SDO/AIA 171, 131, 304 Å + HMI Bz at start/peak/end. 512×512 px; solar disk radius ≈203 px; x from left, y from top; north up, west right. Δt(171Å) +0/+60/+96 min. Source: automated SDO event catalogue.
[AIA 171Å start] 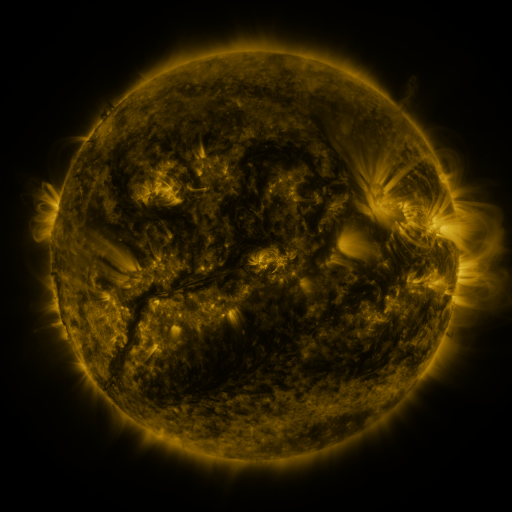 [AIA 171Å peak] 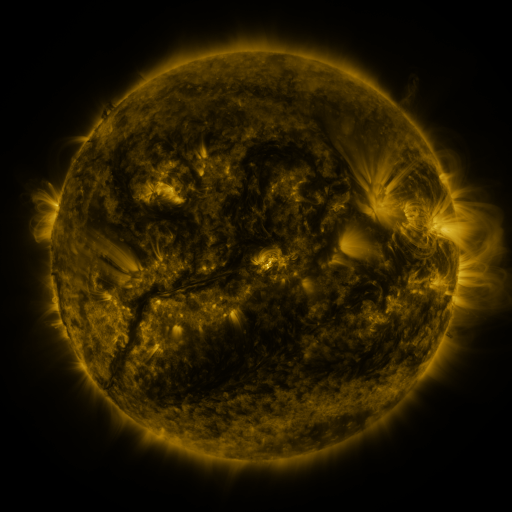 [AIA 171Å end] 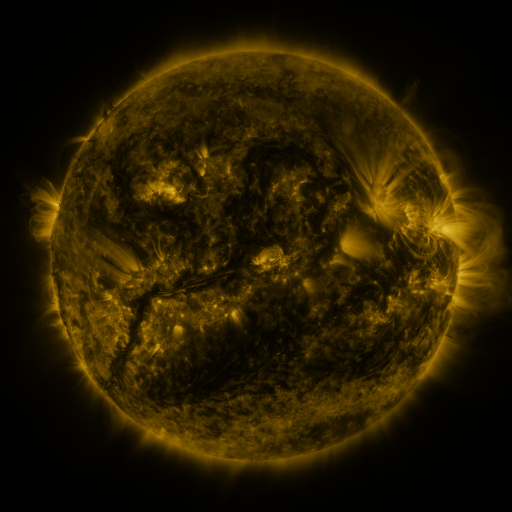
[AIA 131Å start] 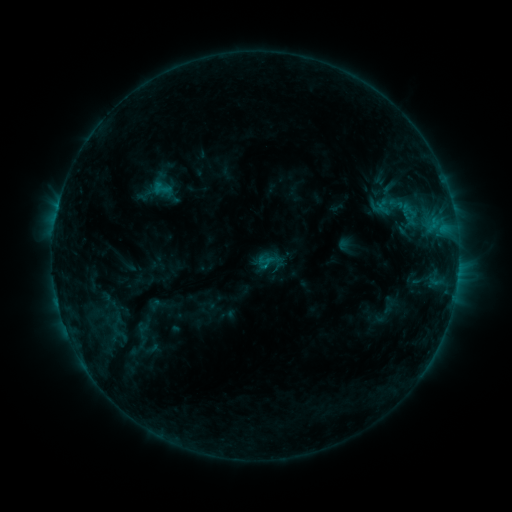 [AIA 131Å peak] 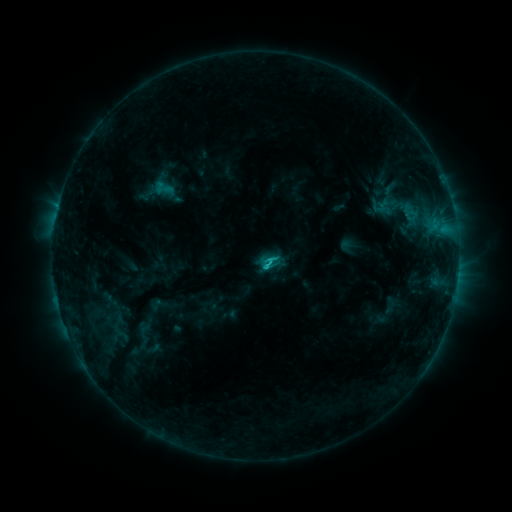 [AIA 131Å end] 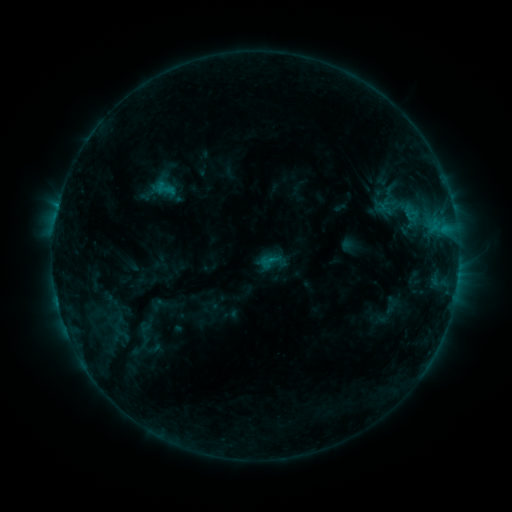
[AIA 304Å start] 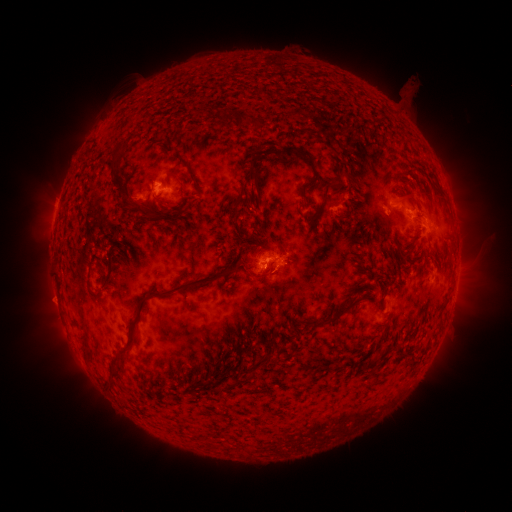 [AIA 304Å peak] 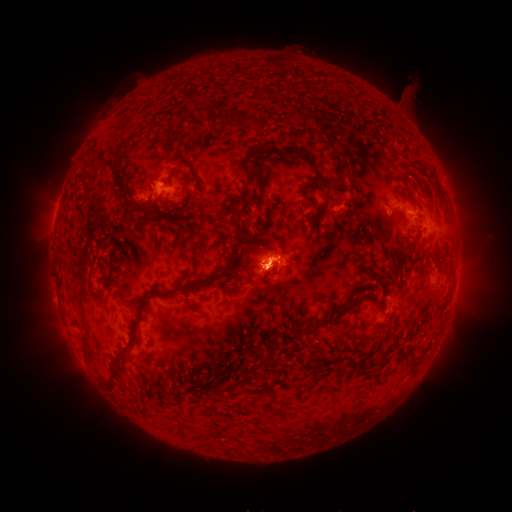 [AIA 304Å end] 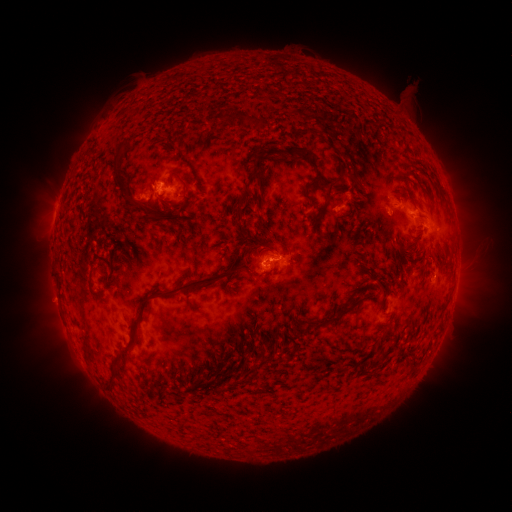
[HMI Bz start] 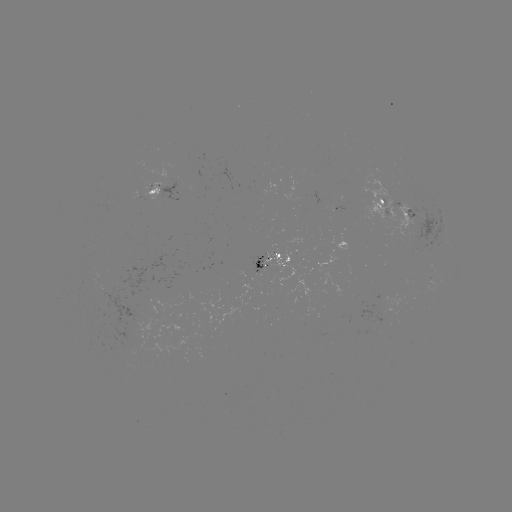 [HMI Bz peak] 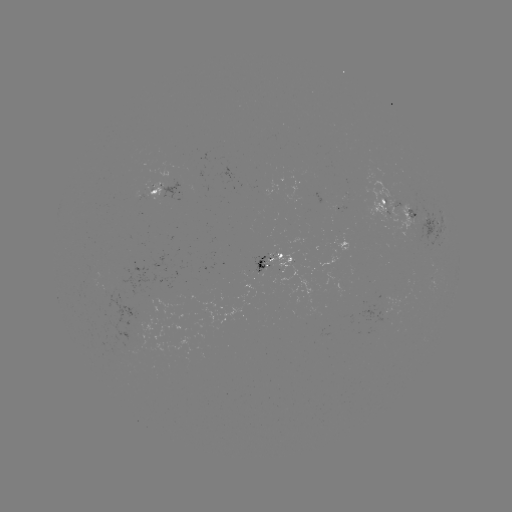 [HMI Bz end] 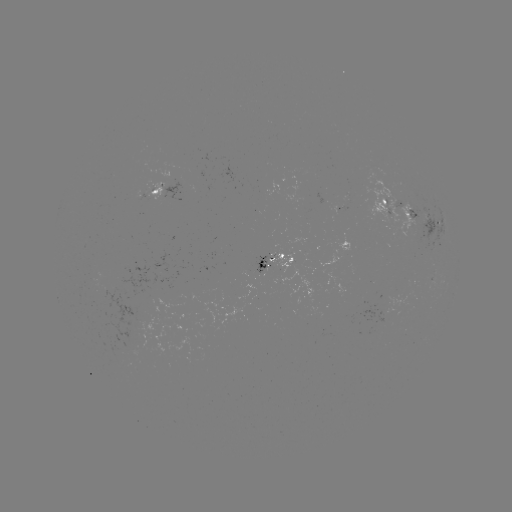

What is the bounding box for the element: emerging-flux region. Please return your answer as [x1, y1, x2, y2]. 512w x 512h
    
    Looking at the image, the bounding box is [361, 165, 427, 243].